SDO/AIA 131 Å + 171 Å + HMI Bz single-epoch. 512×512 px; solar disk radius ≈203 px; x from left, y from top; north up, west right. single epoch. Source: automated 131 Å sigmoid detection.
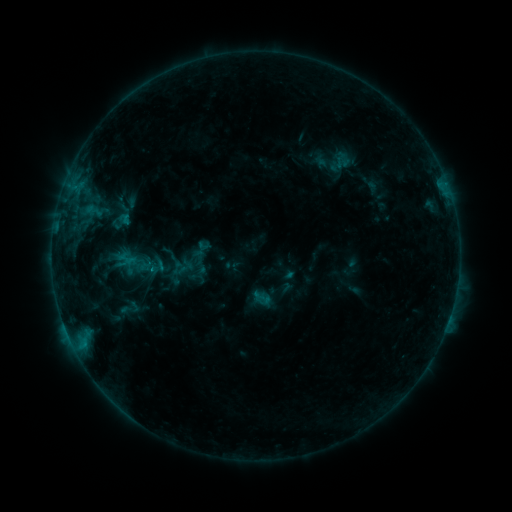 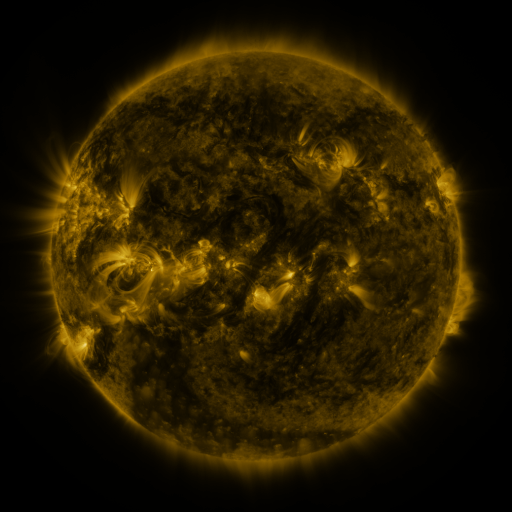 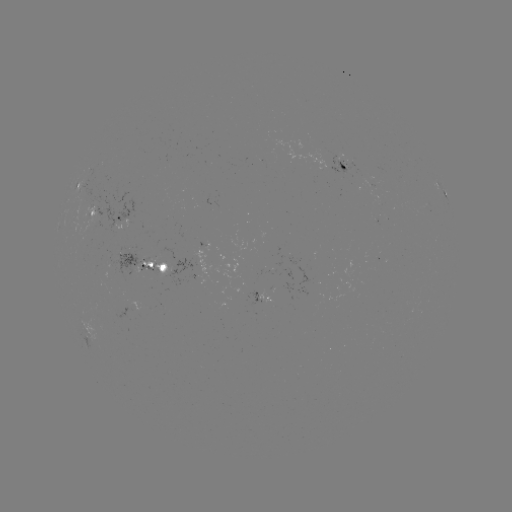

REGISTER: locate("sigmoid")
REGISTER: [129, 308]